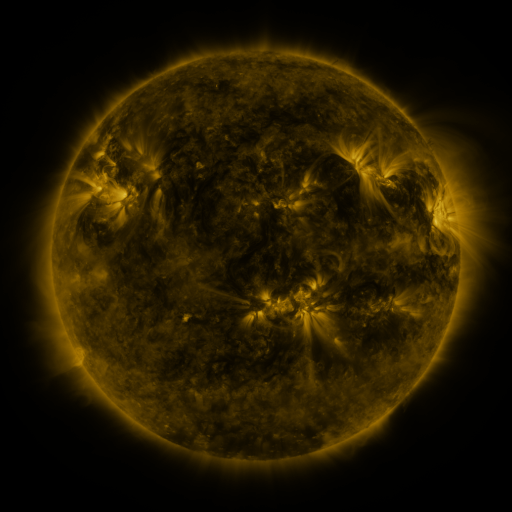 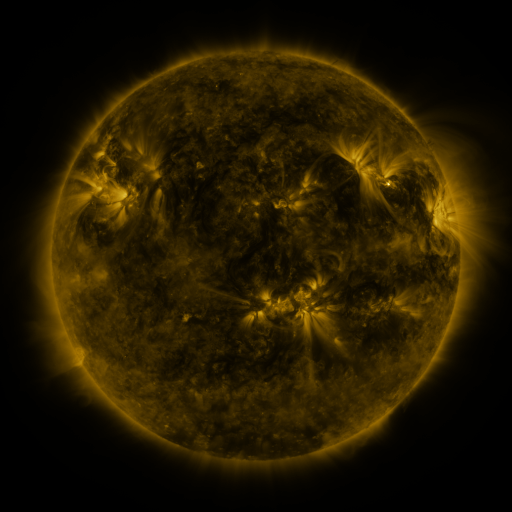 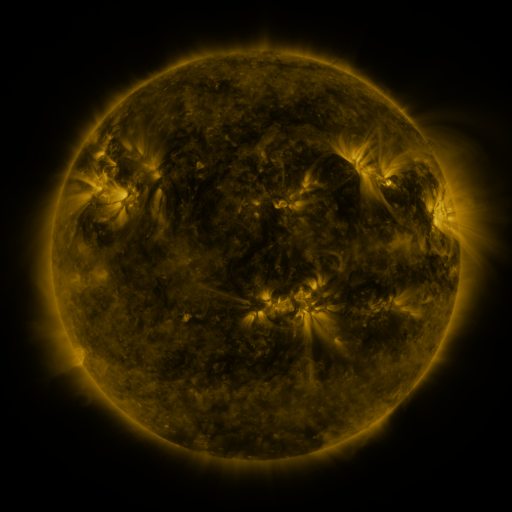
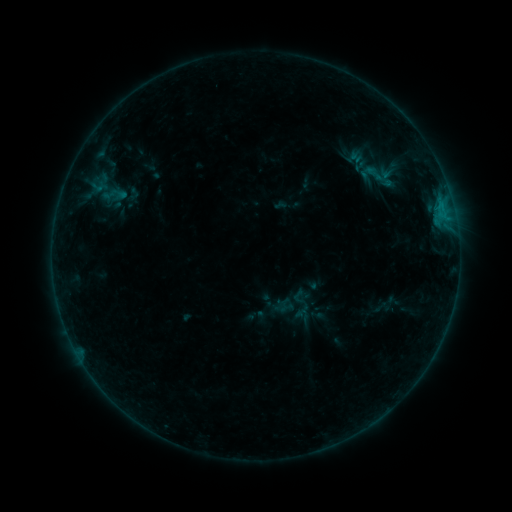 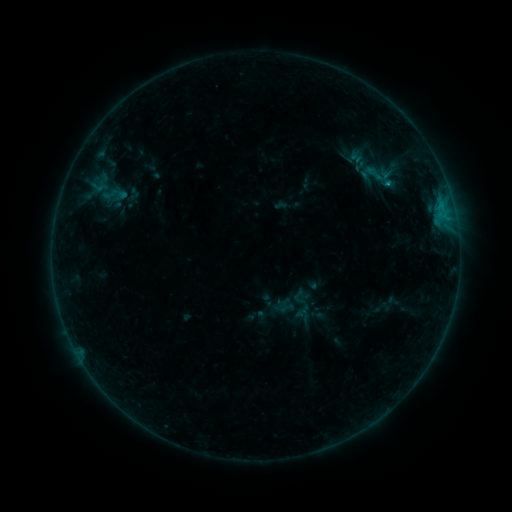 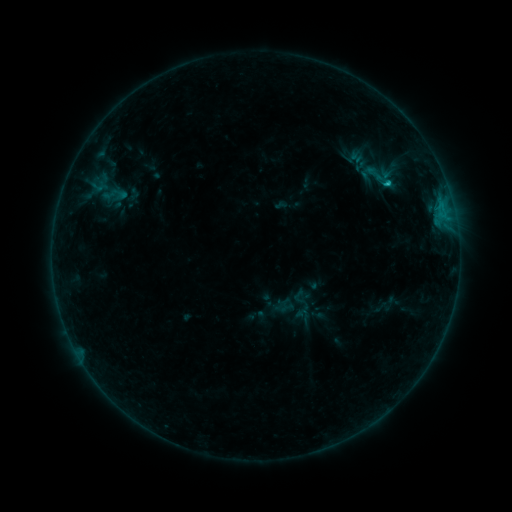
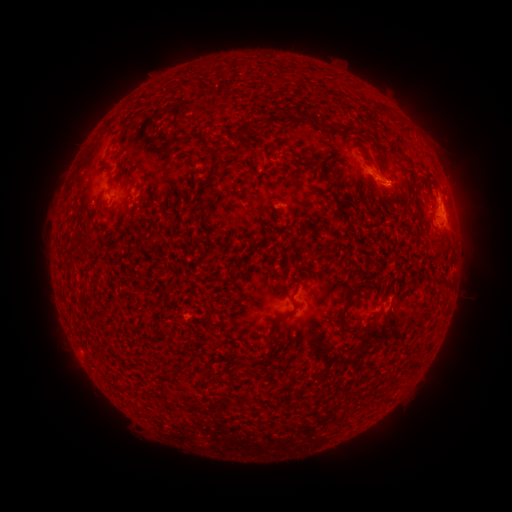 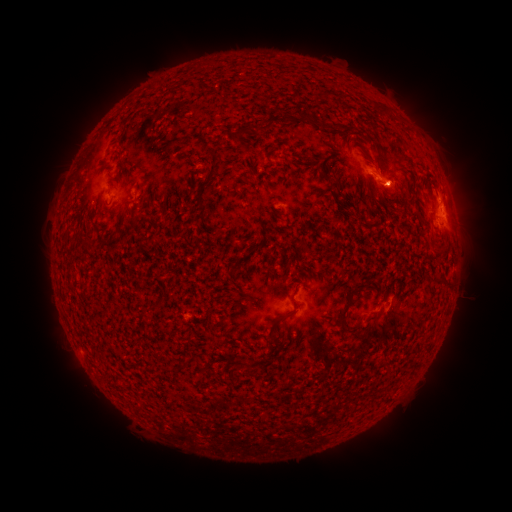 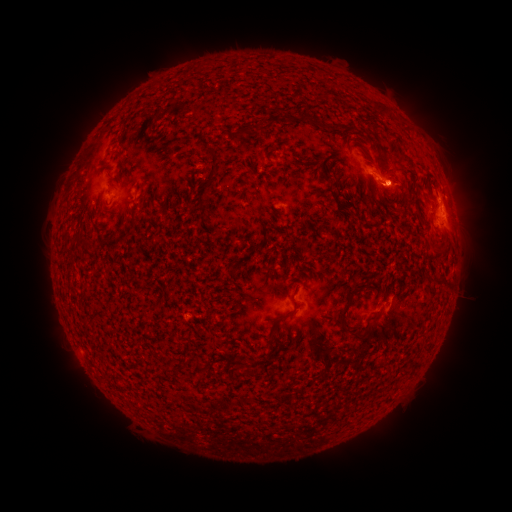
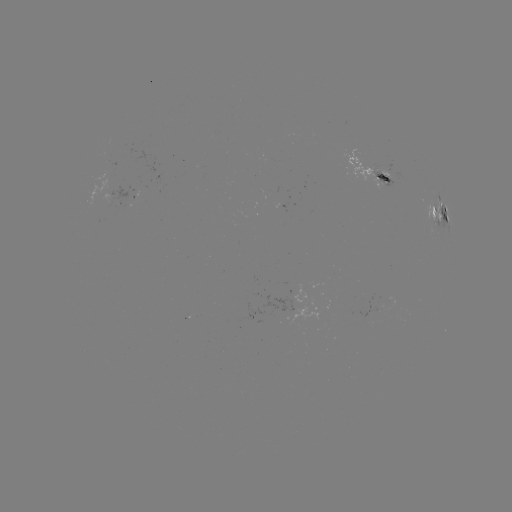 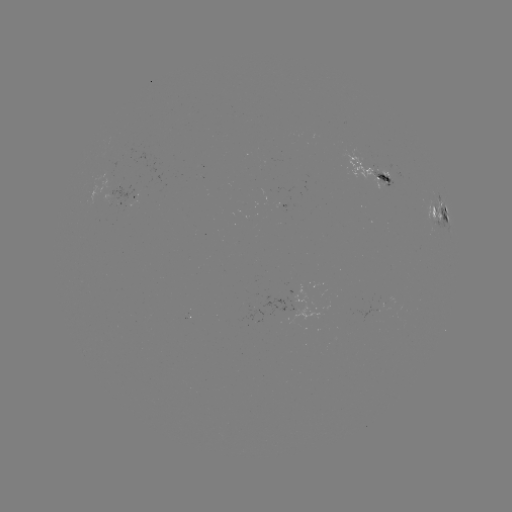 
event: flare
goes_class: C1.0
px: (387, 185)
